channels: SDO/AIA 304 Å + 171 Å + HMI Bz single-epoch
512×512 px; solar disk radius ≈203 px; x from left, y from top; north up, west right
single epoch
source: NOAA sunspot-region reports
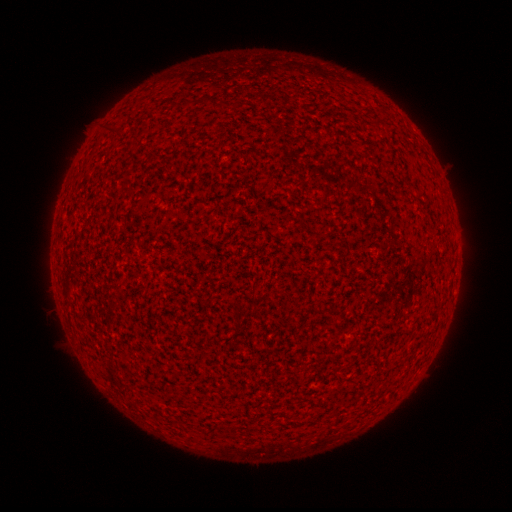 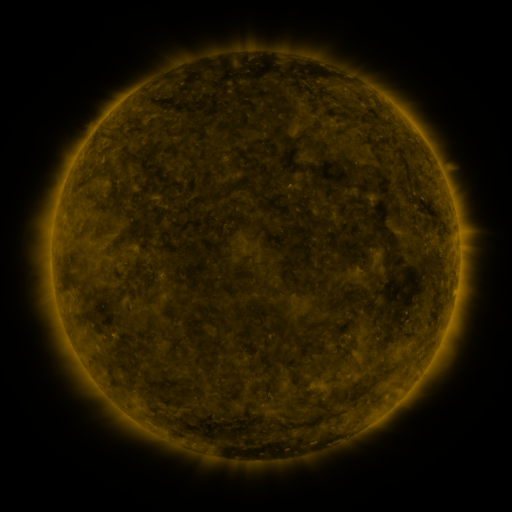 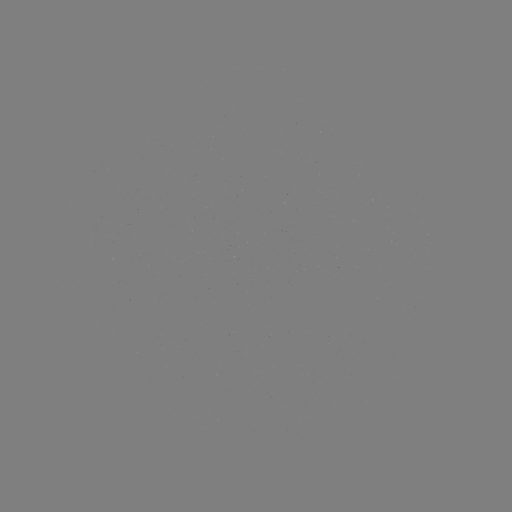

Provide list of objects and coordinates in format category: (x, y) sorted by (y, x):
(none)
